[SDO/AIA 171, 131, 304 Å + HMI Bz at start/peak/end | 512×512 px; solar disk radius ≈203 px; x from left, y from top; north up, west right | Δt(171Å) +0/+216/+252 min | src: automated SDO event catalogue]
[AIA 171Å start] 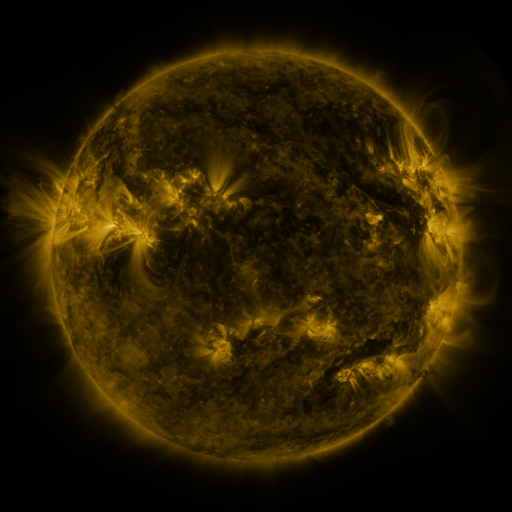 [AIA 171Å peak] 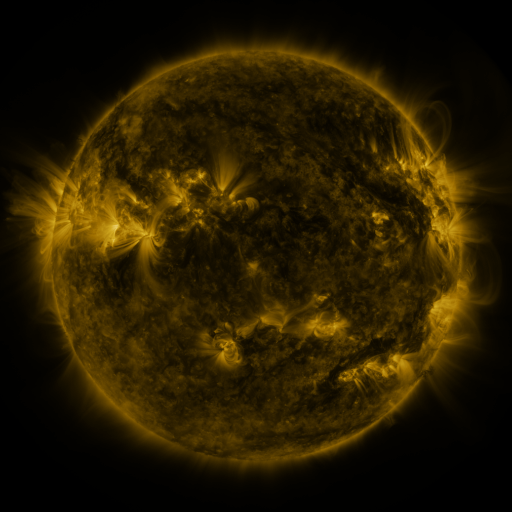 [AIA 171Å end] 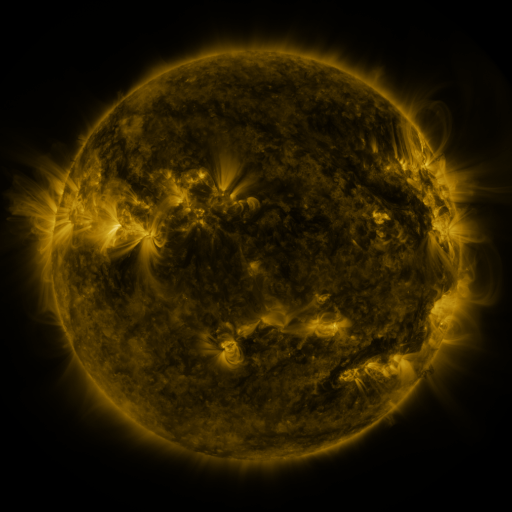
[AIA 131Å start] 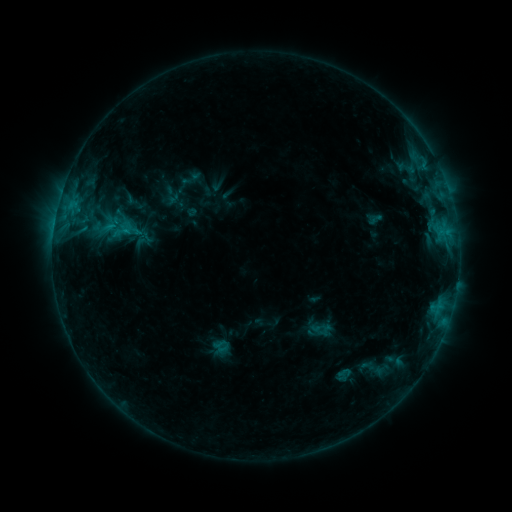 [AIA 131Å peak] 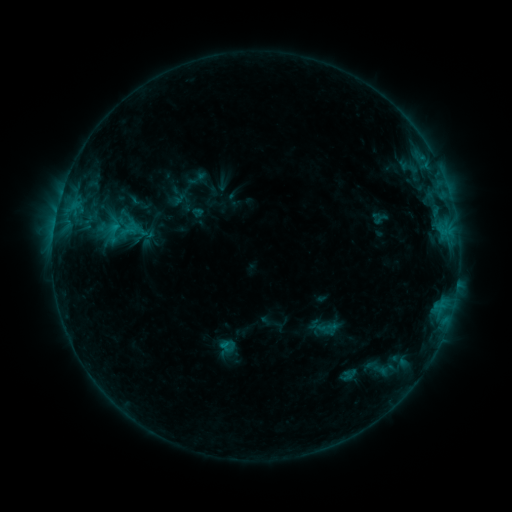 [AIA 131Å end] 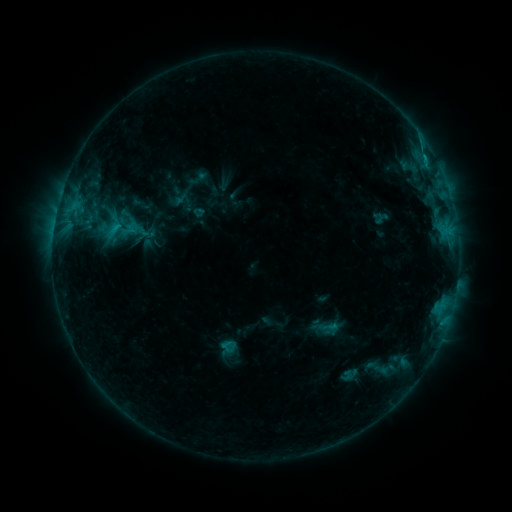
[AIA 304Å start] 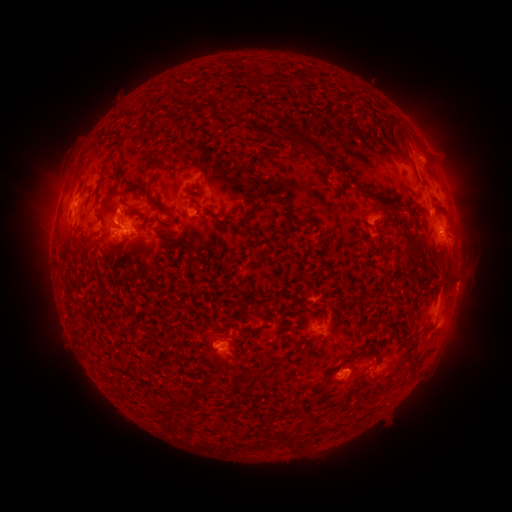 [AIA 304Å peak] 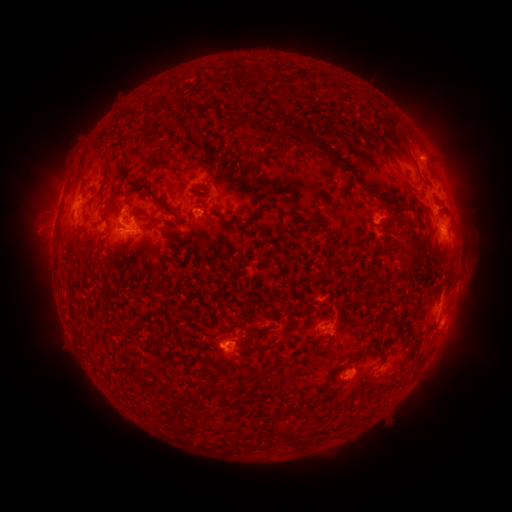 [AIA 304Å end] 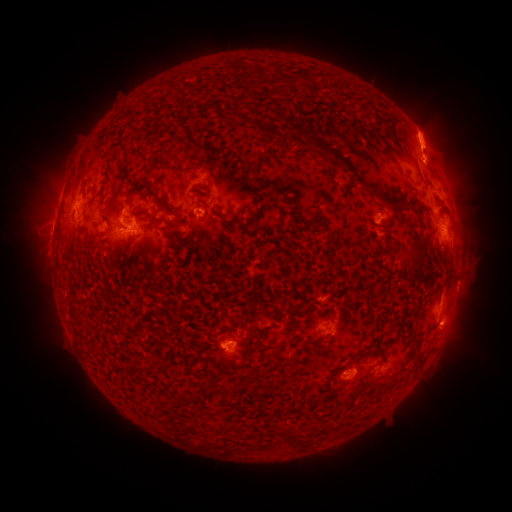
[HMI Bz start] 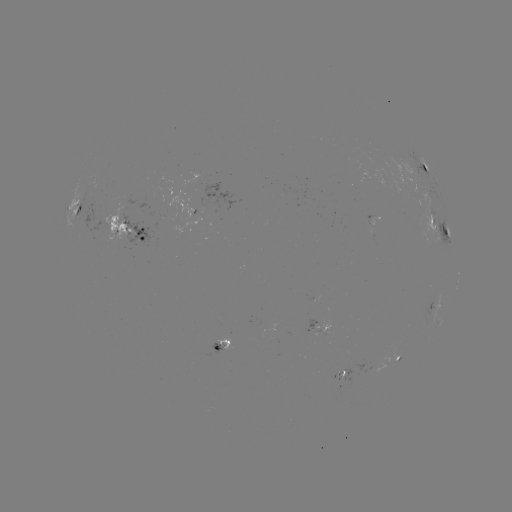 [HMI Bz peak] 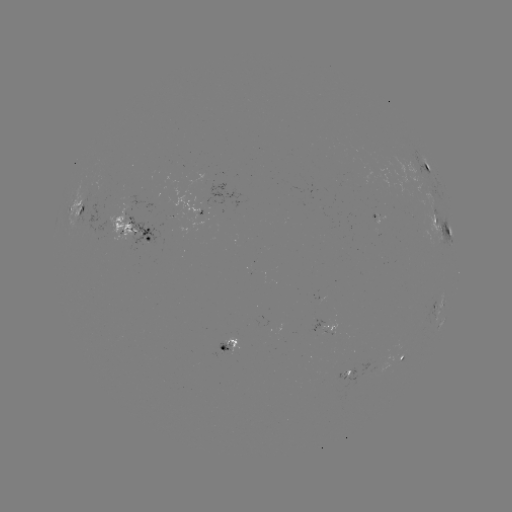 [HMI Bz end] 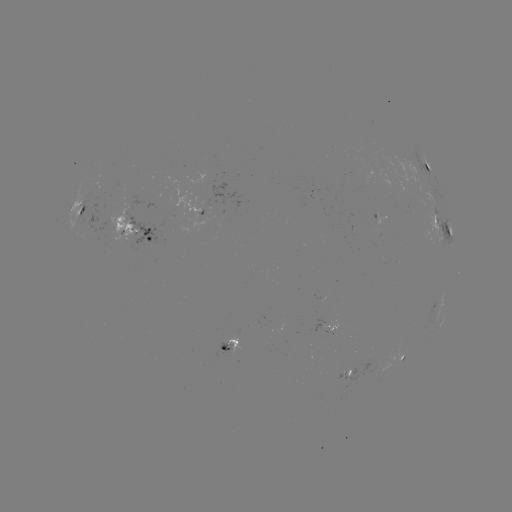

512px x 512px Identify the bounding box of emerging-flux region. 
[172, 195, 201, 223].